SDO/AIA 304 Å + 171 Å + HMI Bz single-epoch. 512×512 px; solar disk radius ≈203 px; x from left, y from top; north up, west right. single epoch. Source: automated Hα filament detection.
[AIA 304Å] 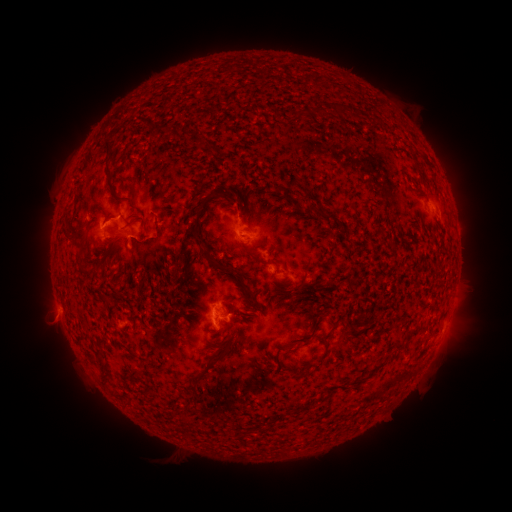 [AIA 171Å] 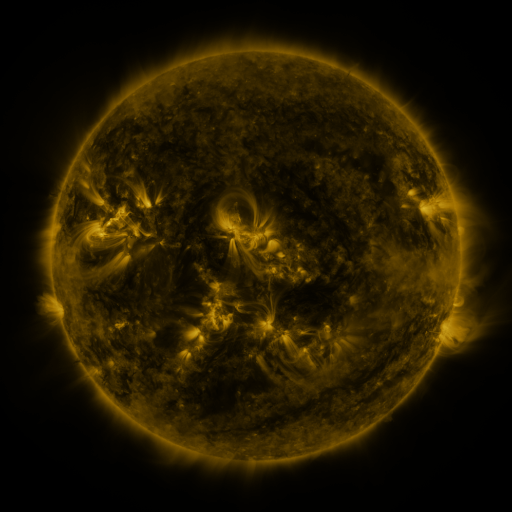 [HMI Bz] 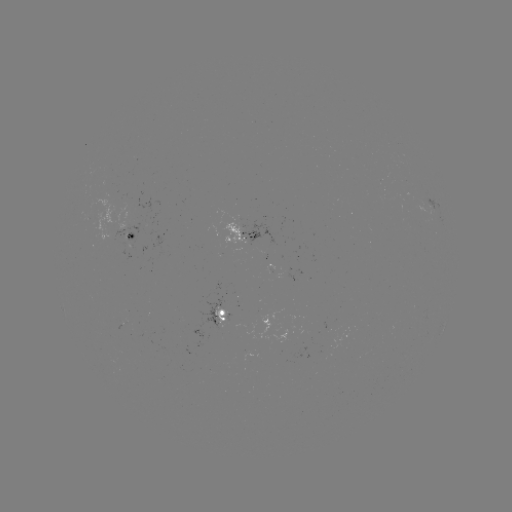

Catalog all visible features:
filament: (338, 111)
filament: (109, 146)
filament: (279, 189)
filament: (113, 191)
filament: (225, 198)
filament: (239, 210)
filament: (320, 214)
filament: (65, 231)
filament: (199, 240)
filament: (83, 249)
filament: (249, 293)
filament: (329, 332)
filament: (224, 352)
filament: (102, 371)
filament: (132, 372)
filament: (293, 374)
